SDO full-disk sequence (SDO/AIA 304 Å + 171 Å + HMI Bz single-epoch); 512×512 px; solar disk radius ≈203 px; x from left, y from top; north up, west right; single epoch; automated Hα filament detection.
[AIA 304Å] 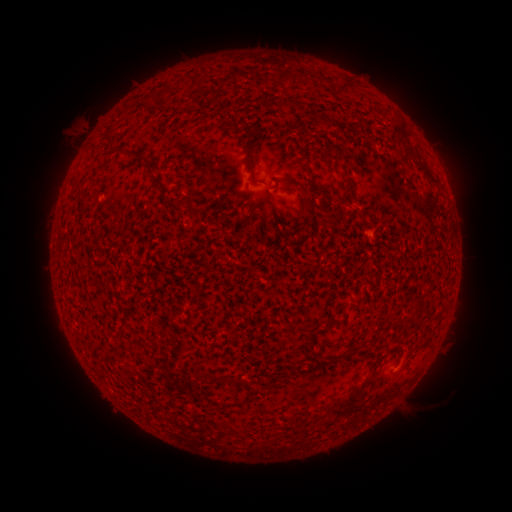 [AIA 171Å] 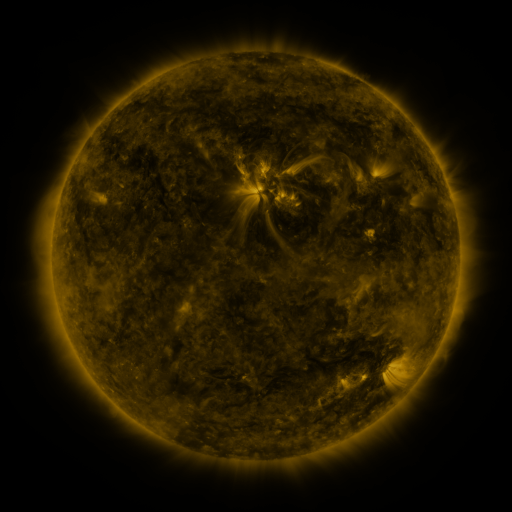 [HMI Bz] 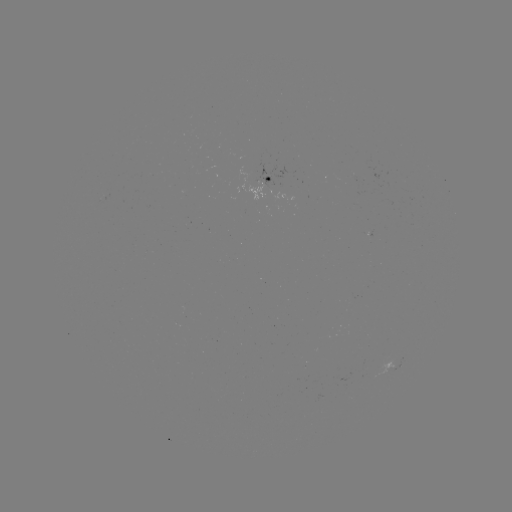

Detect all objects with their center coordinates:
filament: (301, 76)
filament: (282, 77)
filament: (183, 80)
filament: (399, 131)
filament: (248, 147)
filament: (407, 155)
filament: (427, 175)
filament: (153, 179)
filament: (314, 185)
filament: (302, 192)
filament: (310, 205)
filament: (84, 206)
filament: (342, 356)
filament: (222, 381)
filament: (241, 383)
filament: (340, 404)
